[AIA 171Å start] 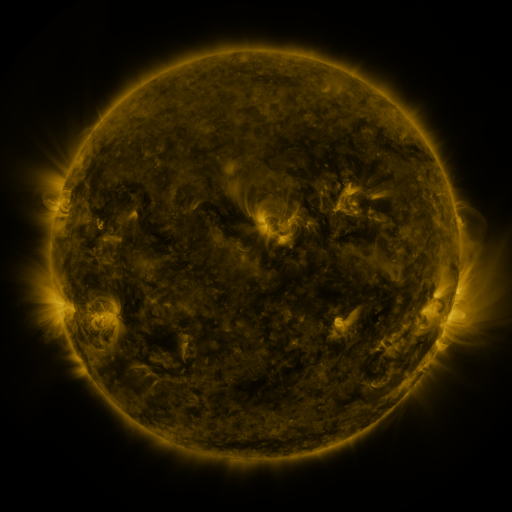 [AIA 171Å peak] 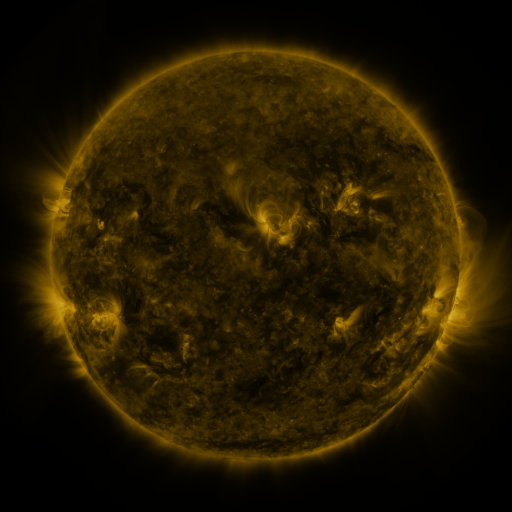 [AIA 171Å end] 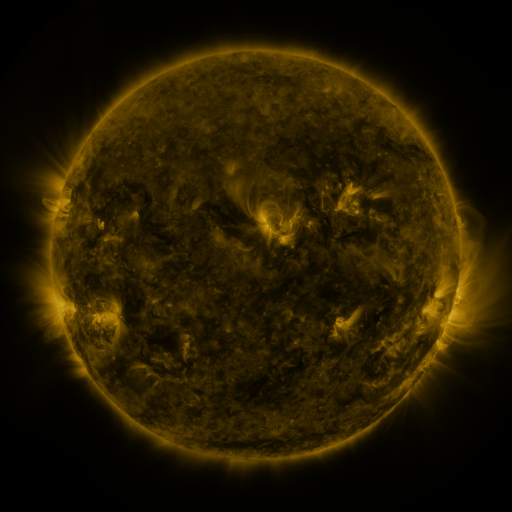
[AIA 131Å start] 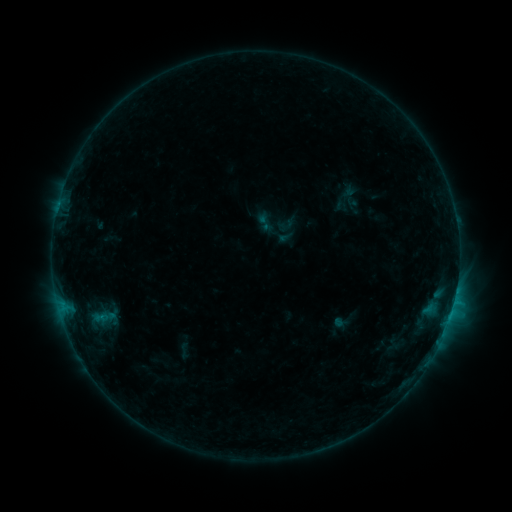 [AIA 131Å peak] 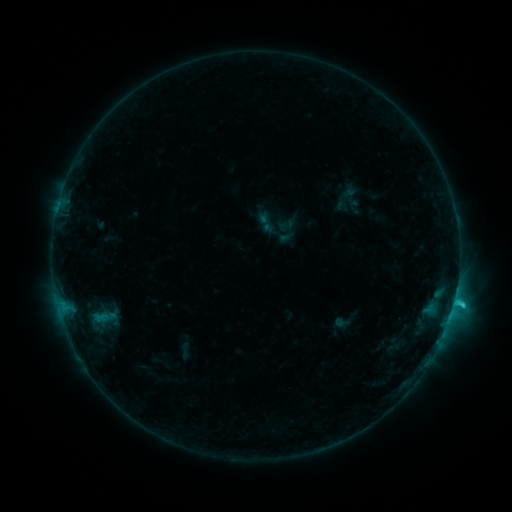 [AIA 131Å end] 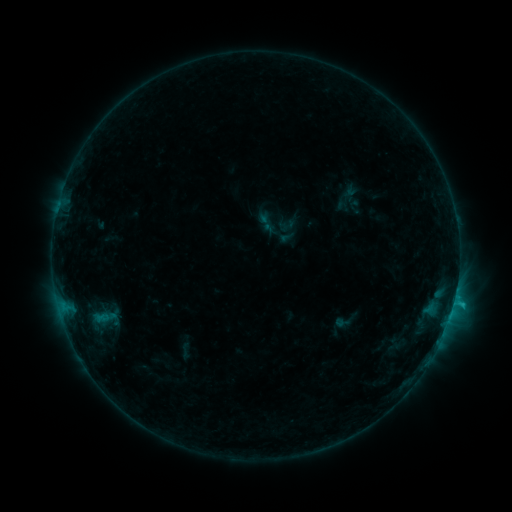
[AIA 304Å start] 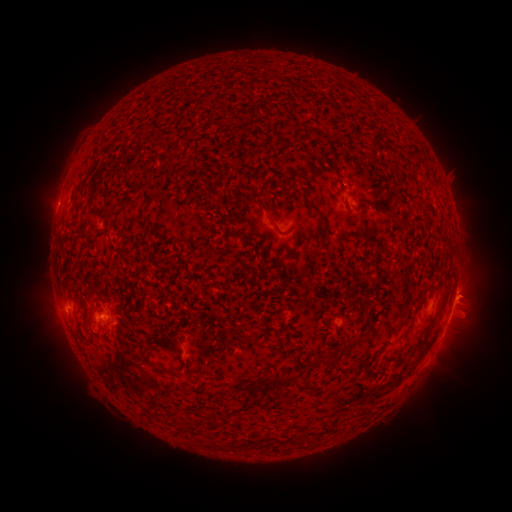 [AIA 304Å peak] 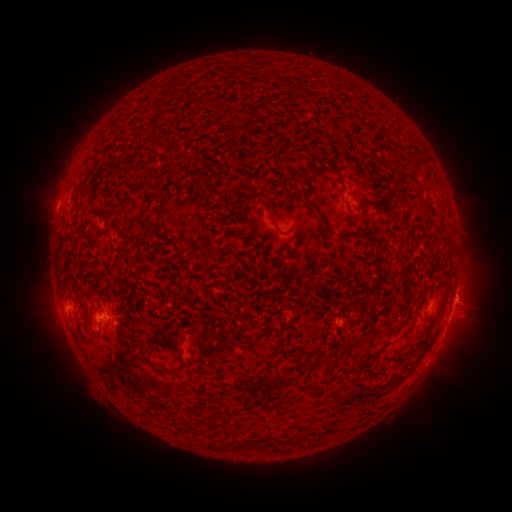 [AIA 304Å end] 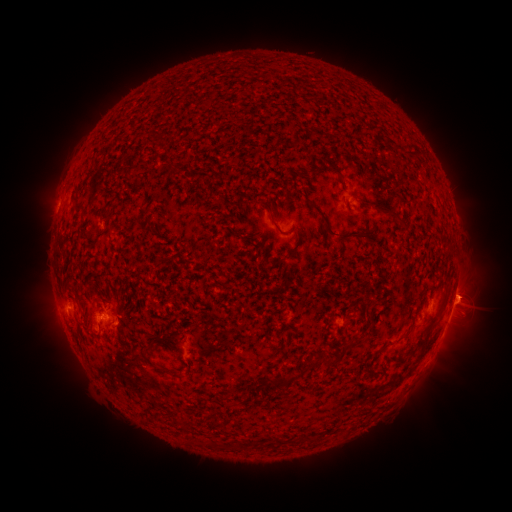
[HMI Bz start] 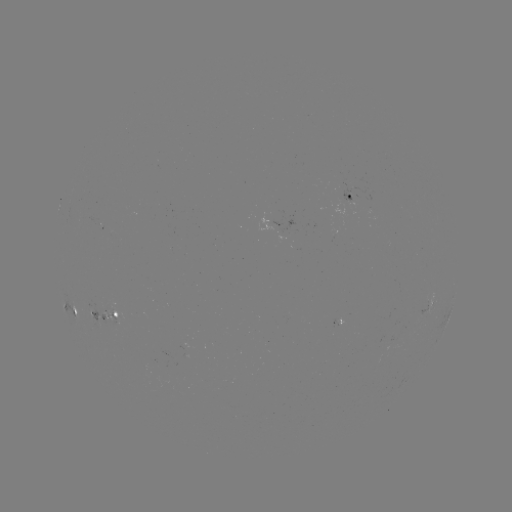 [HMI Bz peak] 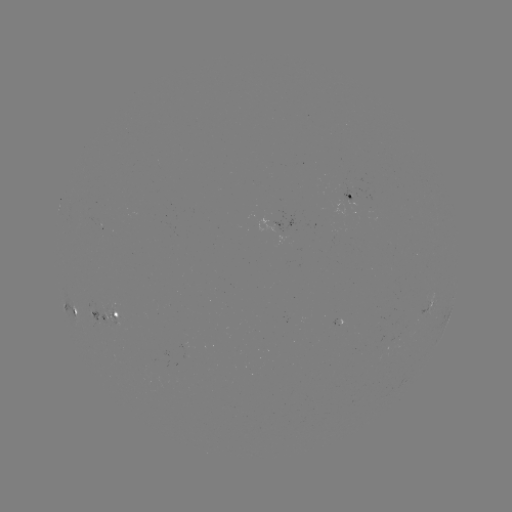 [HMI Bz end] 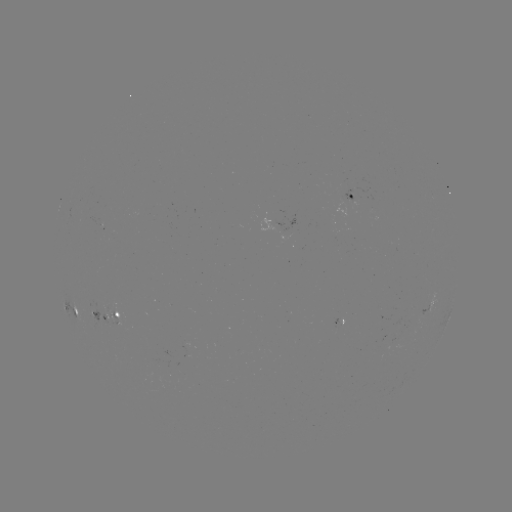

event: flare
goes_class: C1.5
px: (453, 302)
